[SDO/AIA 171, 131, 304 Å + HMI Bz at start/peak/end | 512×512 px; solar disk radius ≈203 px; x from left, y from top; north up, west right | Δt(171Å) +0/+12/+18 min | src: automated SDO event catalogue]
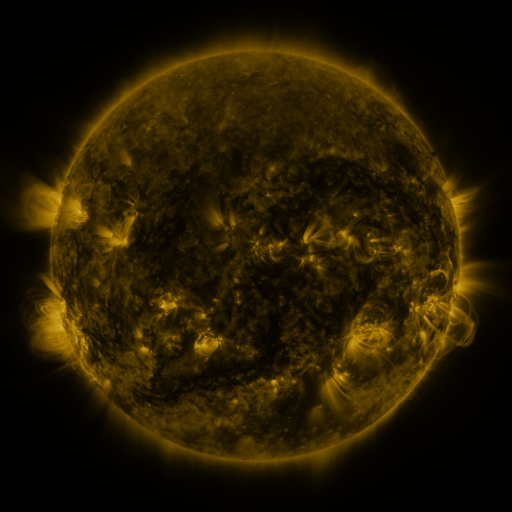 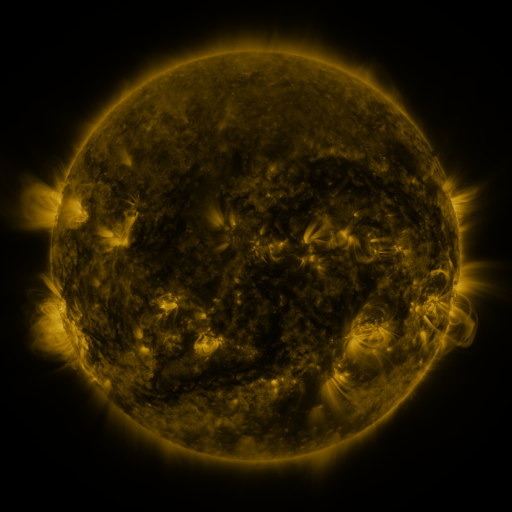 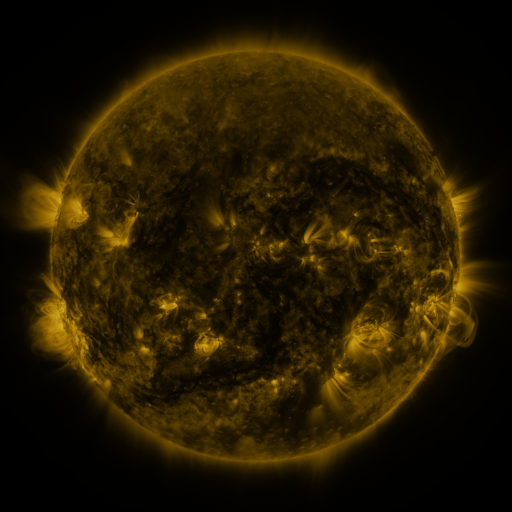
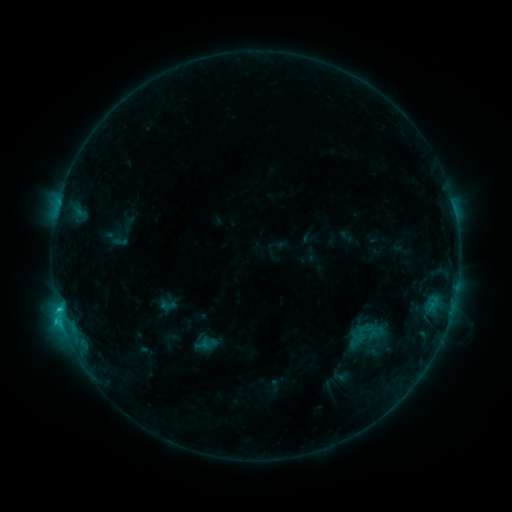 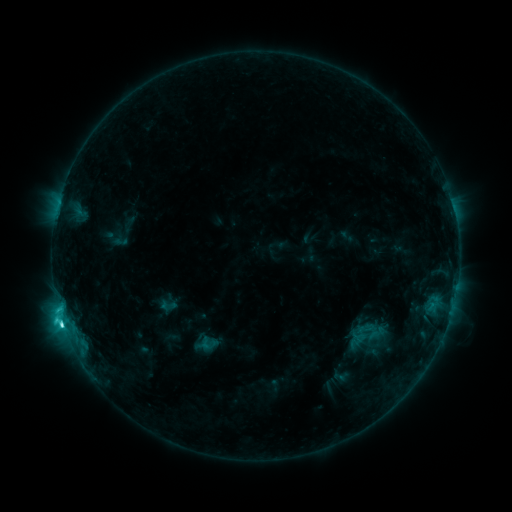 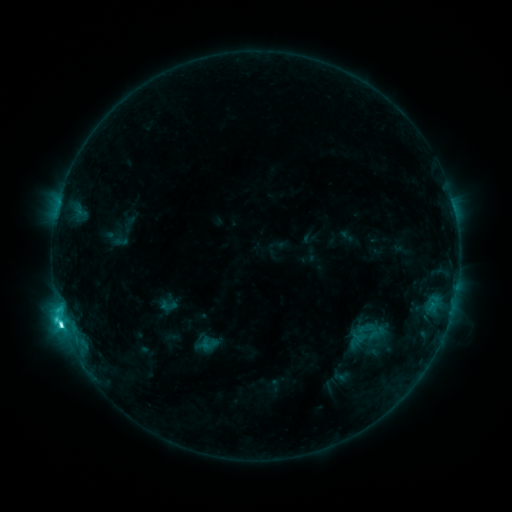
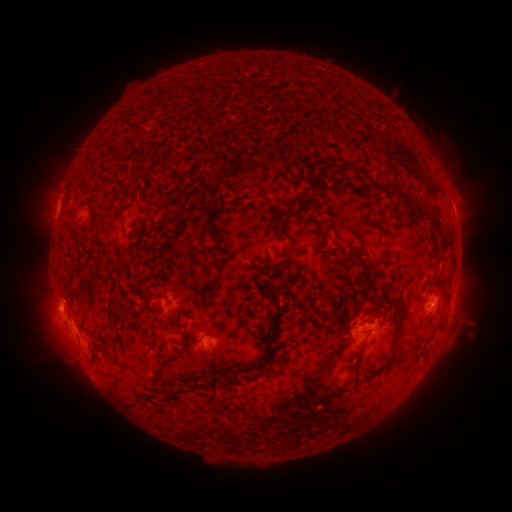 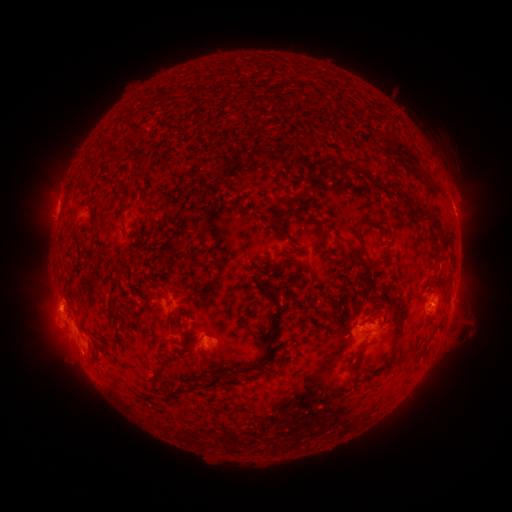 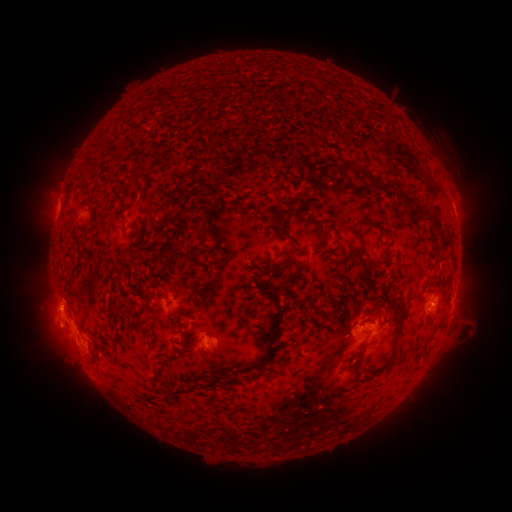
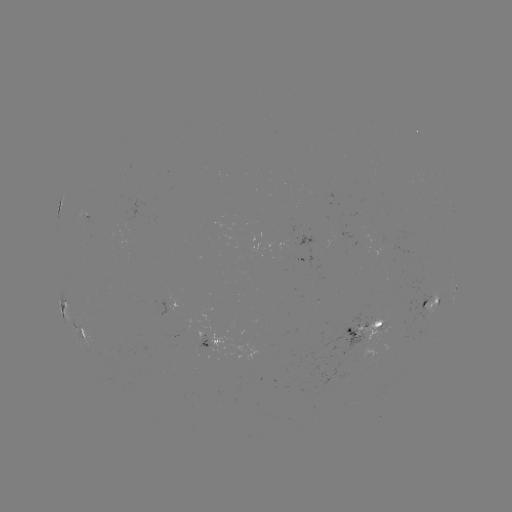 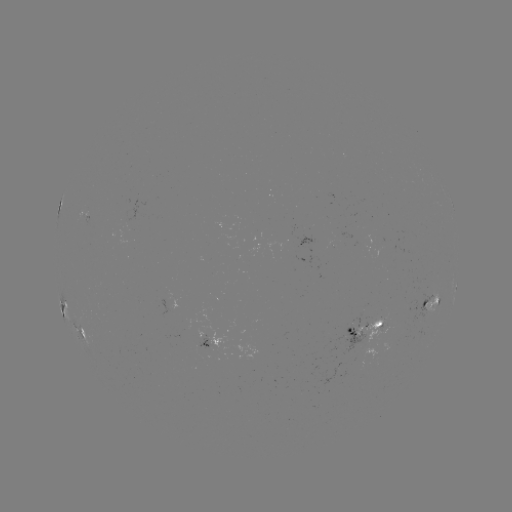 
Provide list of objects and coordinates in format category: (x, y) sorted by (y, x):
C5.7 flare: (64, 322)
